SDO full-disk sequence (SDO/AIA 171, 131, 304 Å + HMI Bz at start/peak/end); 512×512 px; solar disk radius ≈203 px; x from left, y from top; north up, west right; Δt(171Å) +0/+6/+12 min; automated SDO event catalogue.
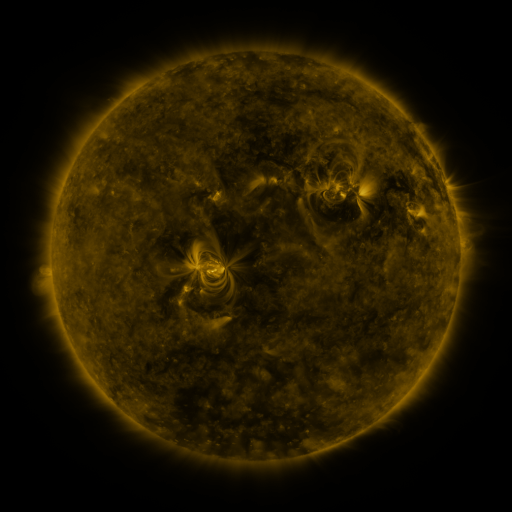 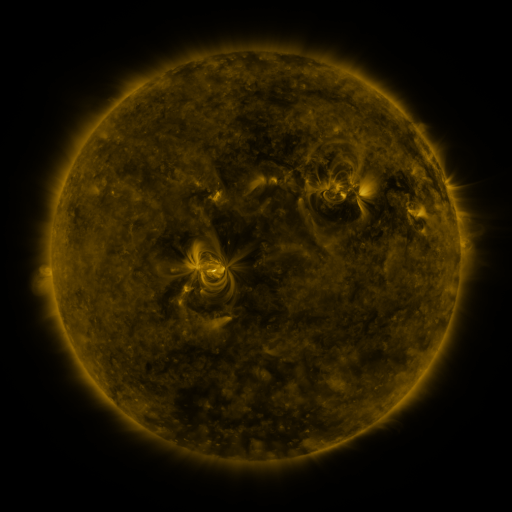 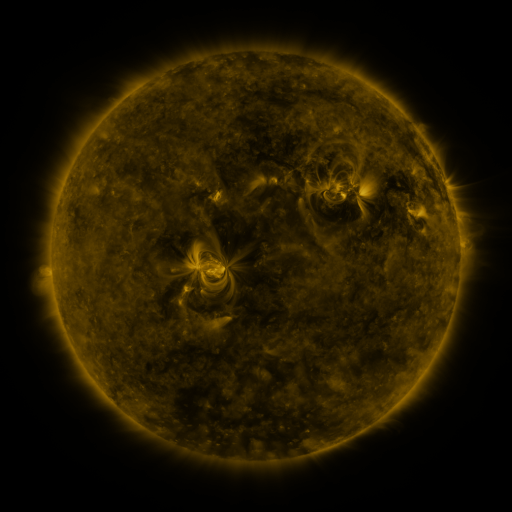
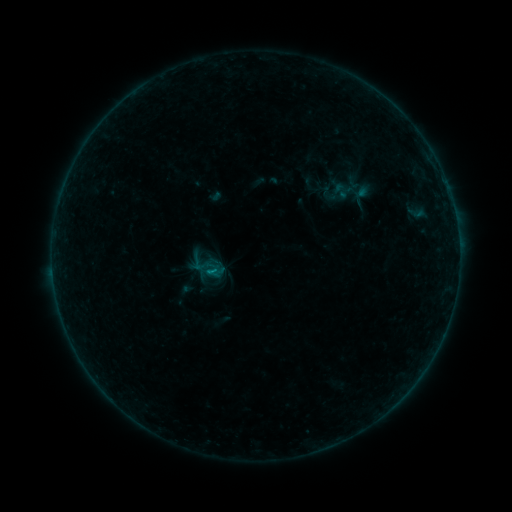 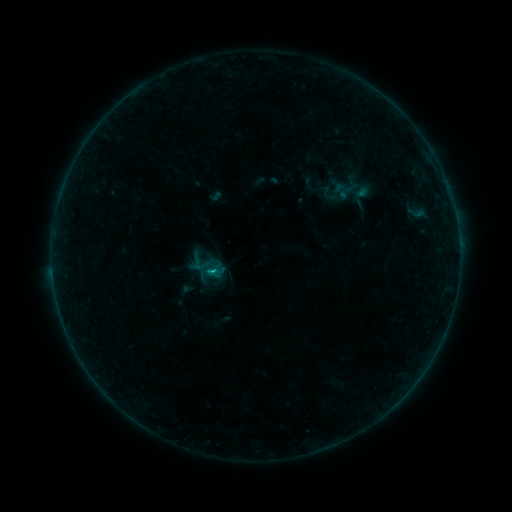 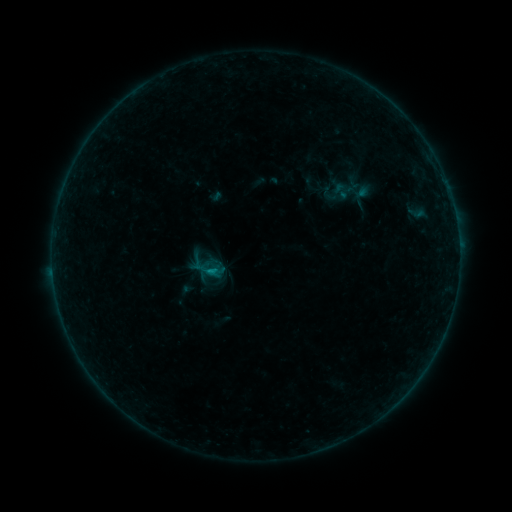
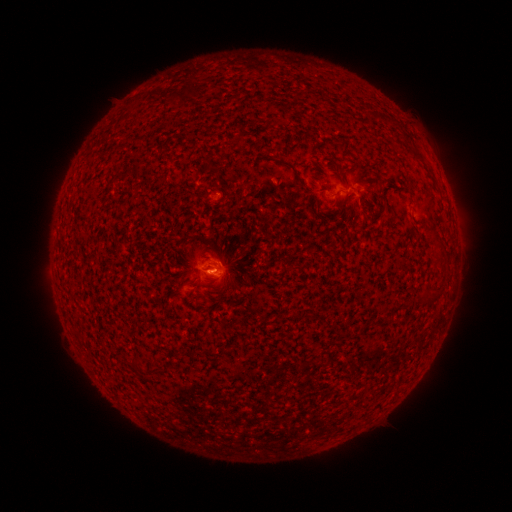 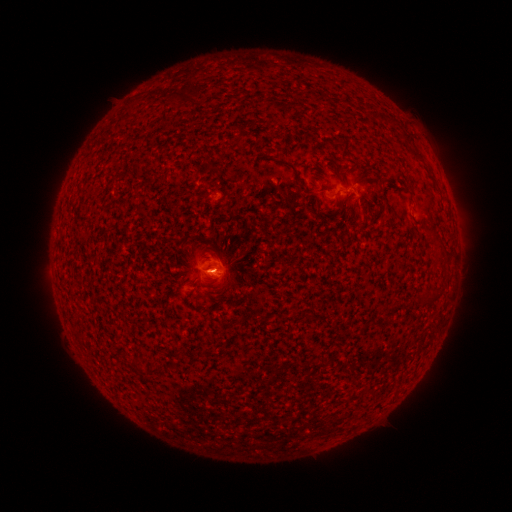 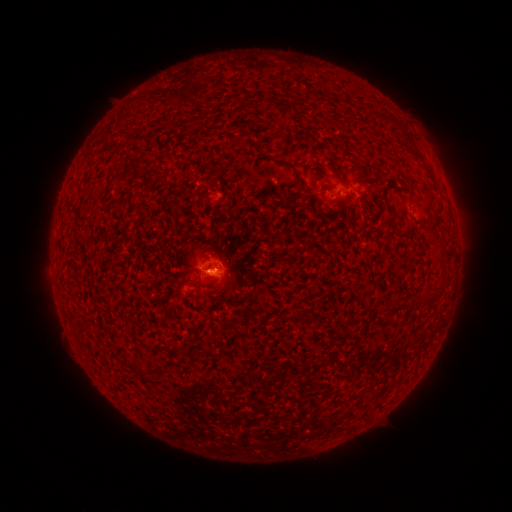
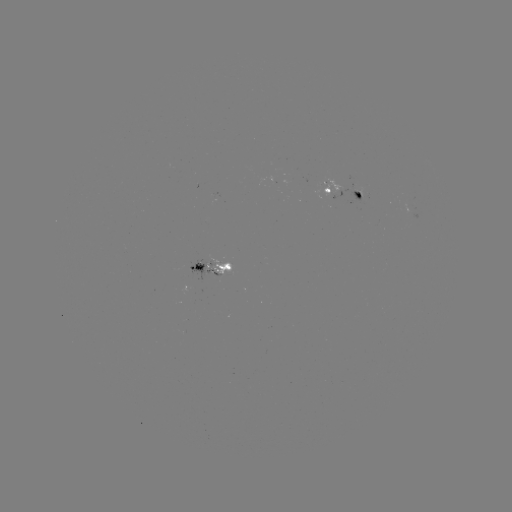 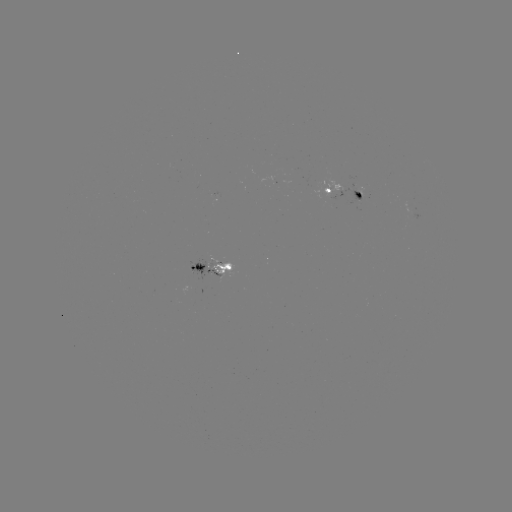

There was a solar flare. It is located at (214, 268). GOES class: B4.1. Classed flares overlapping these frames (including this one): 1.